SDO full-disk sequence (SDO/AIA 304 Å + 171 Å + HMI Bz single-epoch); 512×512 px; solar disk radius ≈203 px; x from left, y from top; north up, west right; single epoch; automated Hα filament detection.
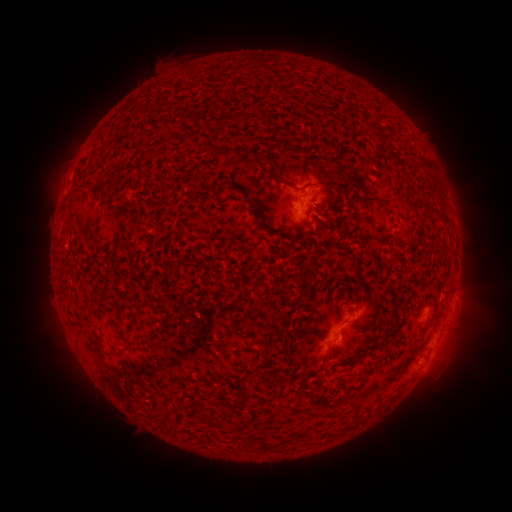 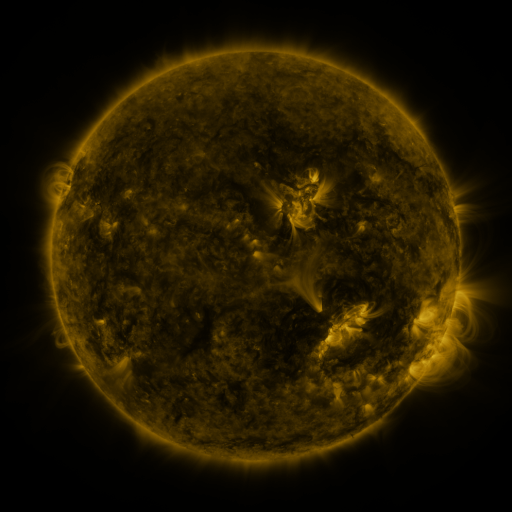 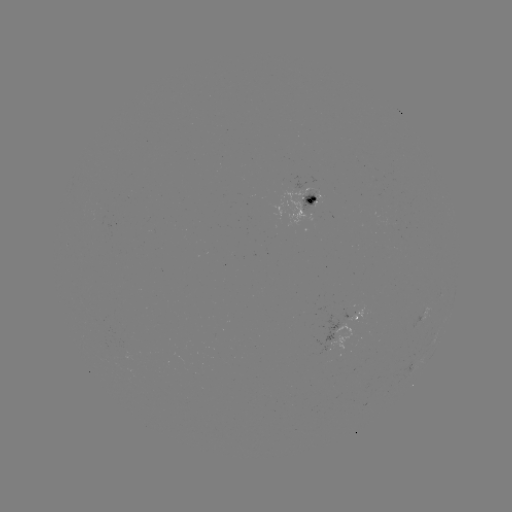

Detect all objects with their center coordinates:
filament: <bbox>229, 110, 244, 123</bbox>
filament: <bbox>219, 148, 232, 158</bbox>
filament: <bbox>412, 158, 433, 172</bbox>
filament: <bbox>260, 165, 281, 181</bbox>
filament: <bbox>136, 170, 148, 178</bbox>
filament: <bbox>155, 184, 170, 193</bbox>
filament: <bbox>367, 191, 378, 200</bbox>
filament: <bbox>249, 206, 257, 218</bbox>
filament: <bbox>334, 213, 344, 221</bbox>
filament: <bbox>92, 296, 102, 305</bbox>
filament: <bbox>94, 336, 106, 354</bbox>
filament: <bbox>368, 343, 380, 350</bbox>
filament: <bbox>259, 346, 271, 358</bbox>
filament: <bbox>320, 348, 331, 368</bbox>
filament: <bbox>108, 350, 119, 358</bbox>
filament: <bbox>342, 358, 356, 365</bbox>
filament: <bbox>251, 370, 270, 380</bbox>
filament: <bbox>199, 413, 208, 422</bbox>
filament: <bbox>262, 440, 278, 452</bbox>
